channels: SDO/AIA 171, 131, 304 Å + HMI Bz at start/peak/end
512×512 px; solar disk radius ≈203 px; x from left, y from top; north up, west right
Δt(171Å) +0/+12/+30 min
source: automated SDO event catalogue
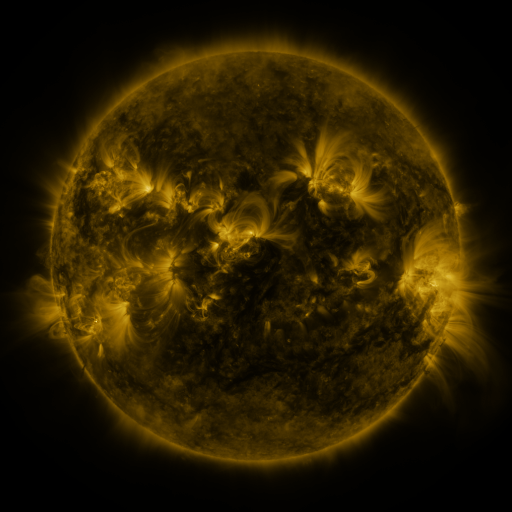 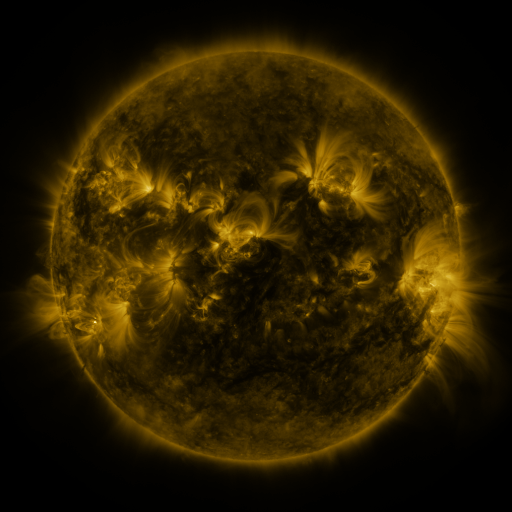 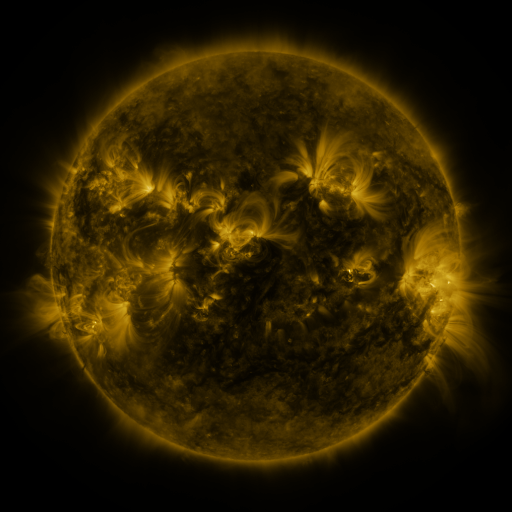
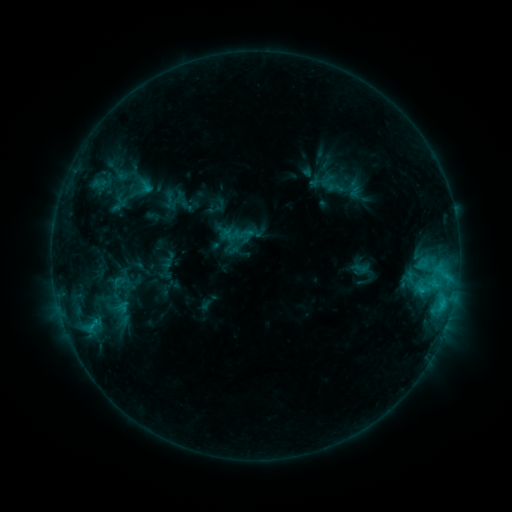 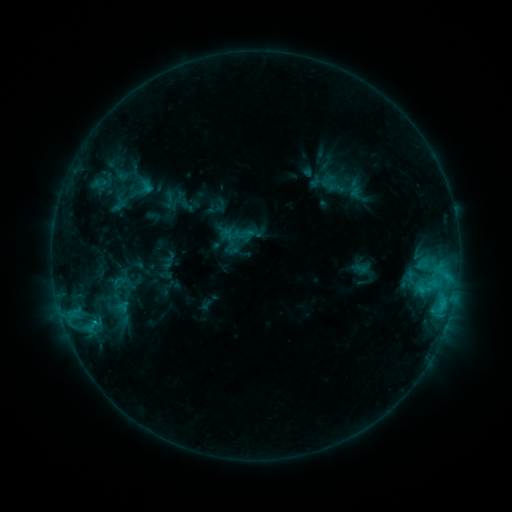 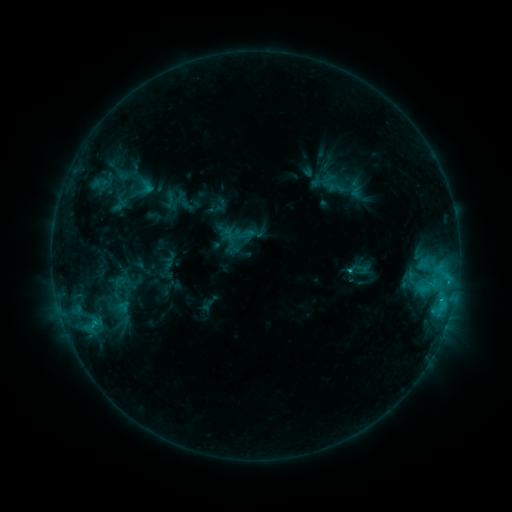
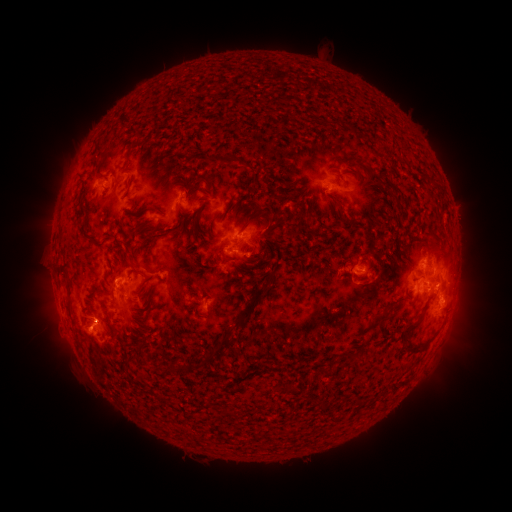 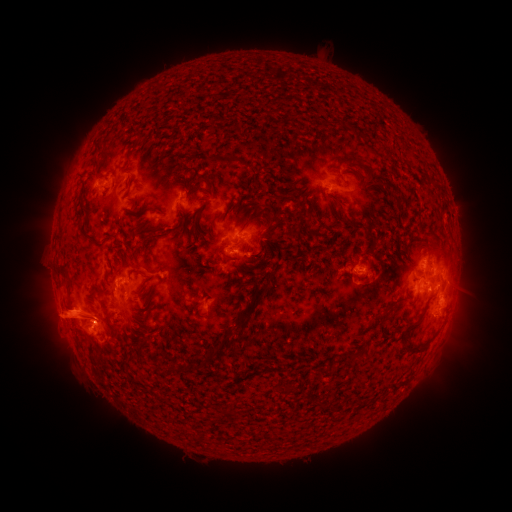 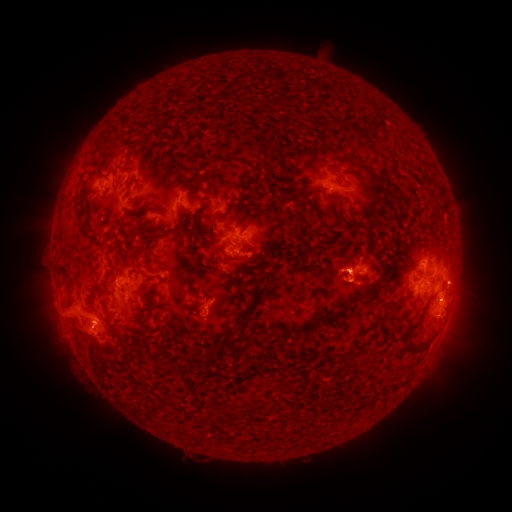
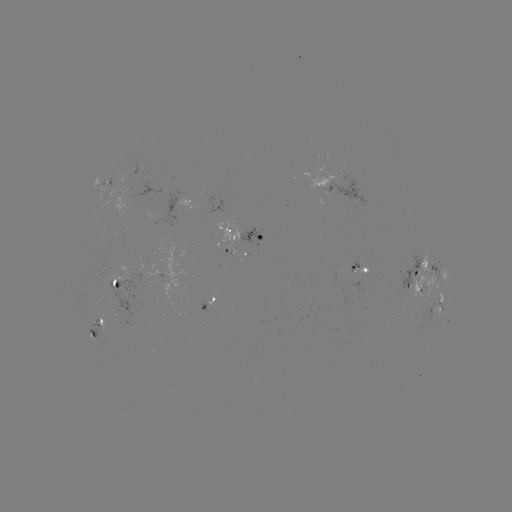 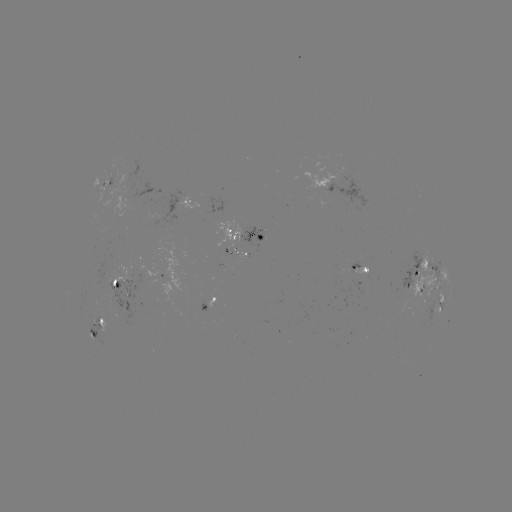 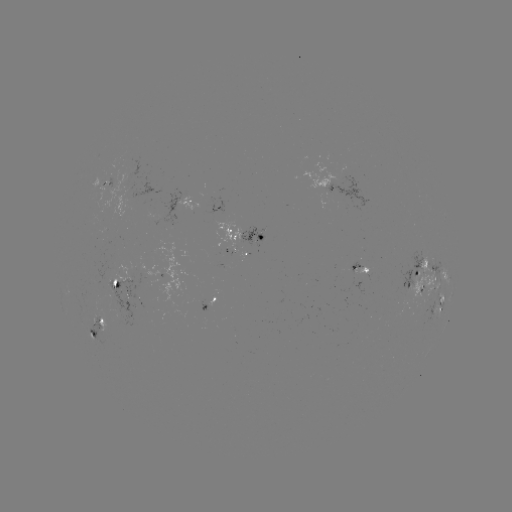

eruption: [7, 252, 125, 378]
